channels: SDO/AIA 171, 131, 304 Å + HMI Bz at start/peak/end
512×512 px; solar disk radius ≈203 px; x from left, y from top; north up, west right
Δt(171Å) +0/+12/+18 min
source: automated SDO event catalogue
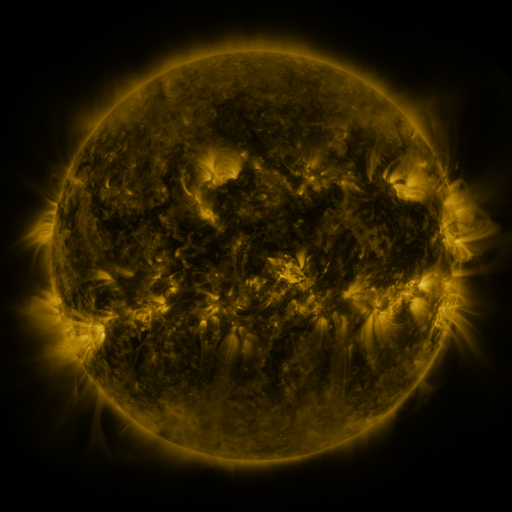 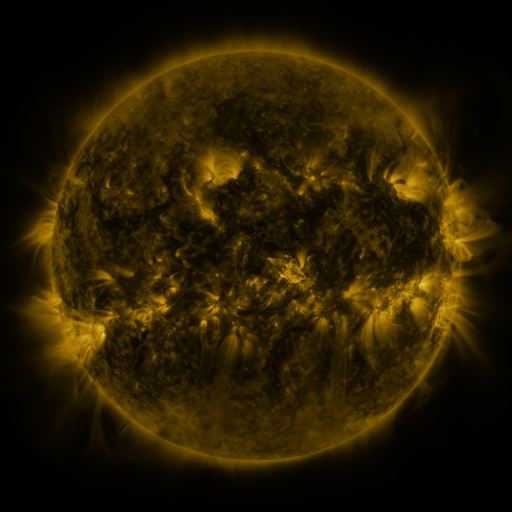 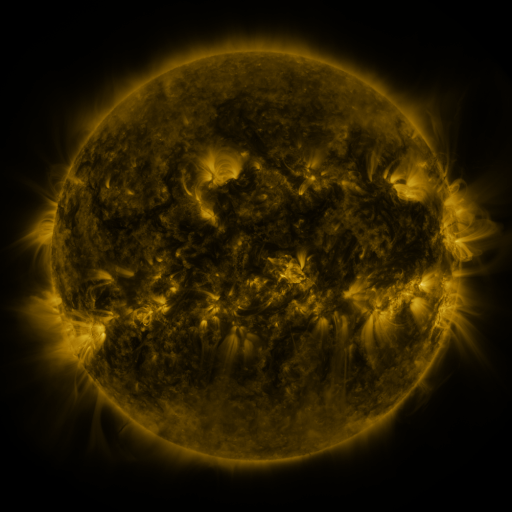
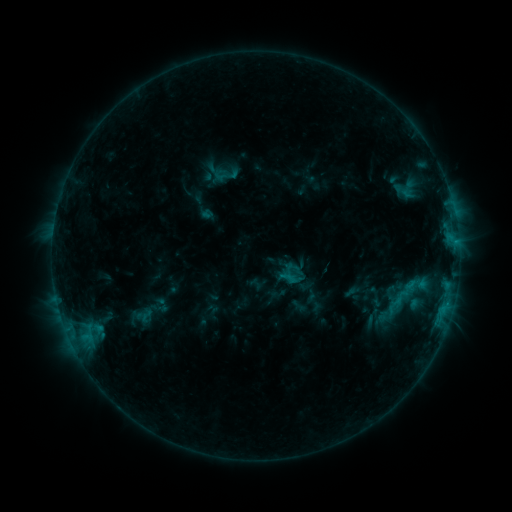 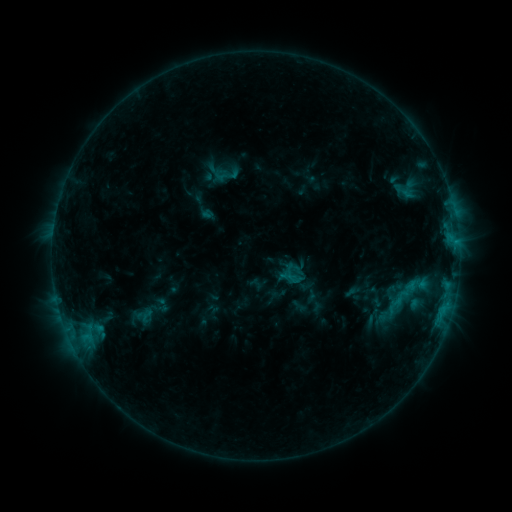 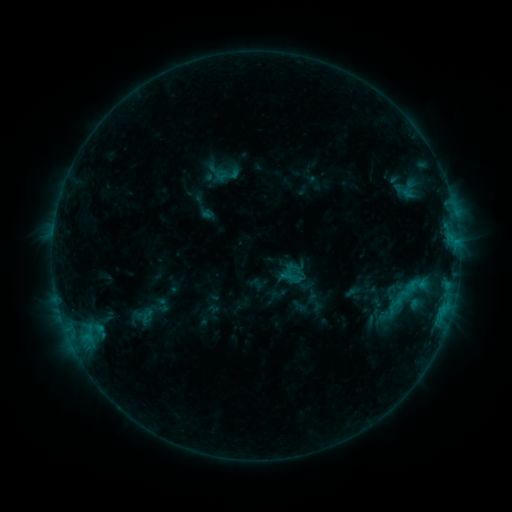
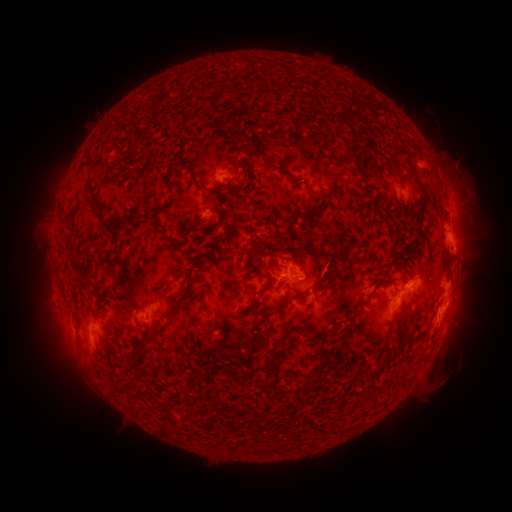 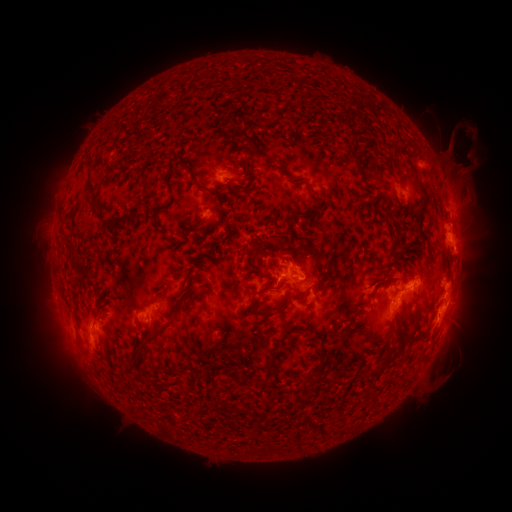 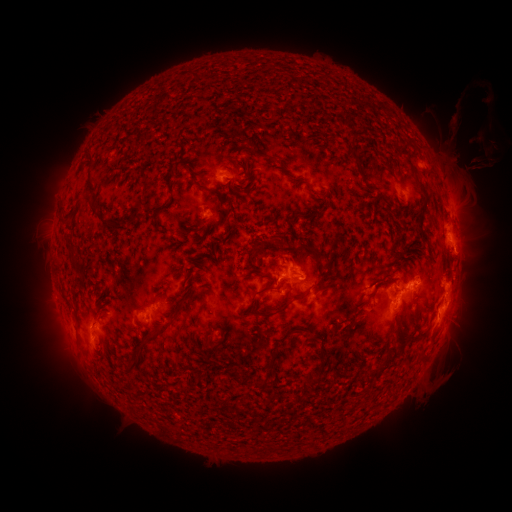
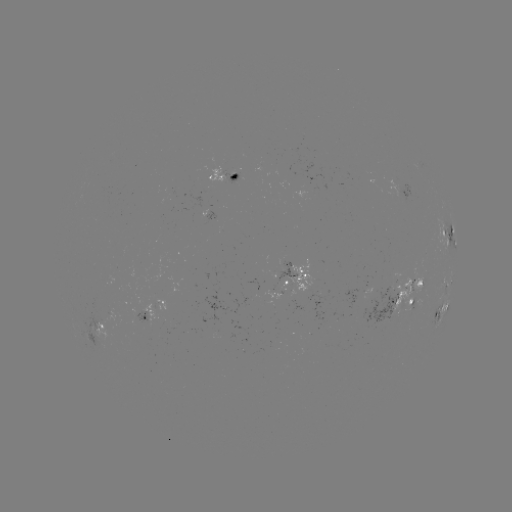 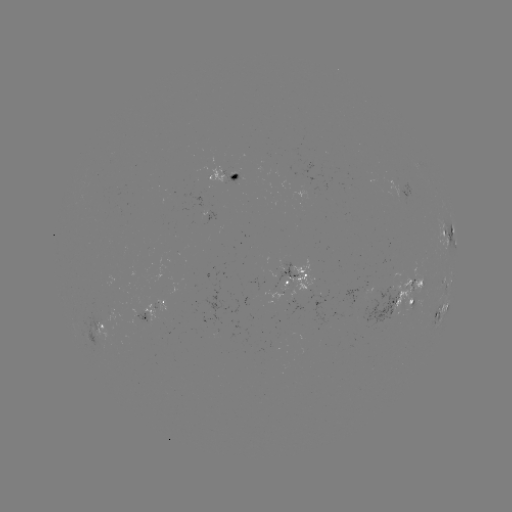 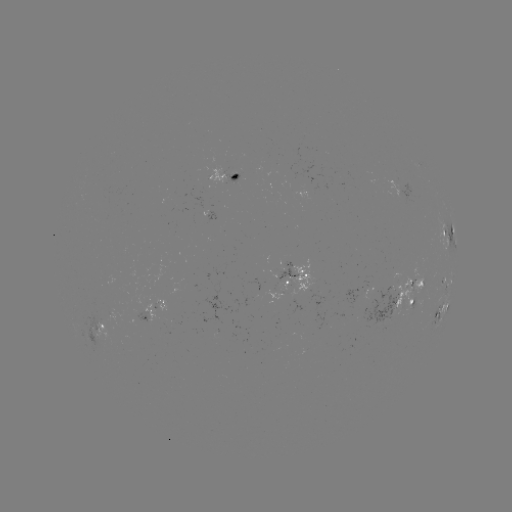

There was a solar eruption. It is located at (461, 158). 